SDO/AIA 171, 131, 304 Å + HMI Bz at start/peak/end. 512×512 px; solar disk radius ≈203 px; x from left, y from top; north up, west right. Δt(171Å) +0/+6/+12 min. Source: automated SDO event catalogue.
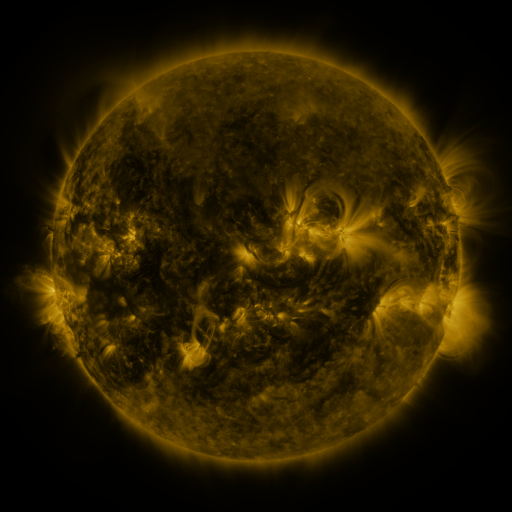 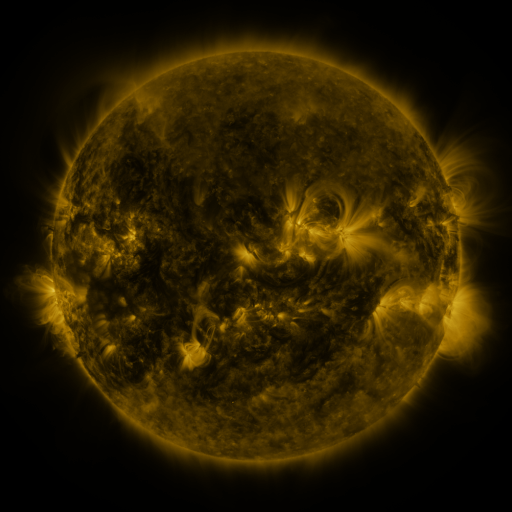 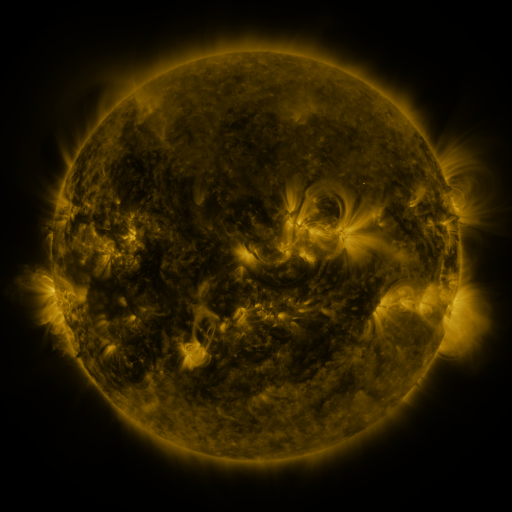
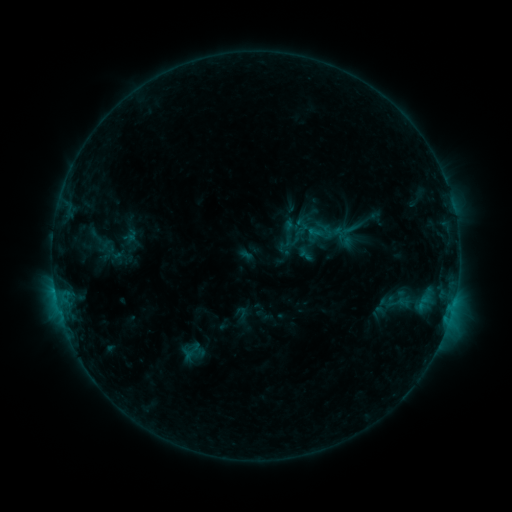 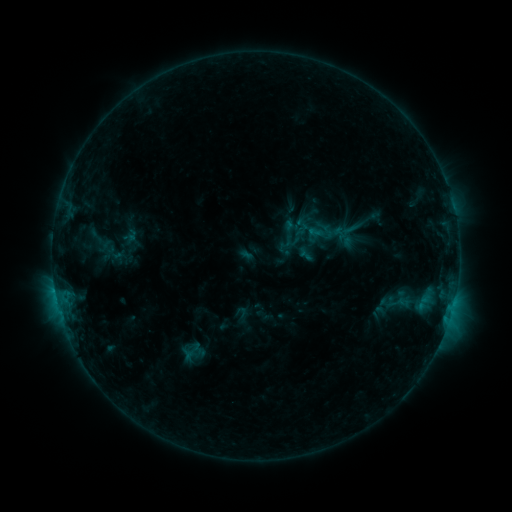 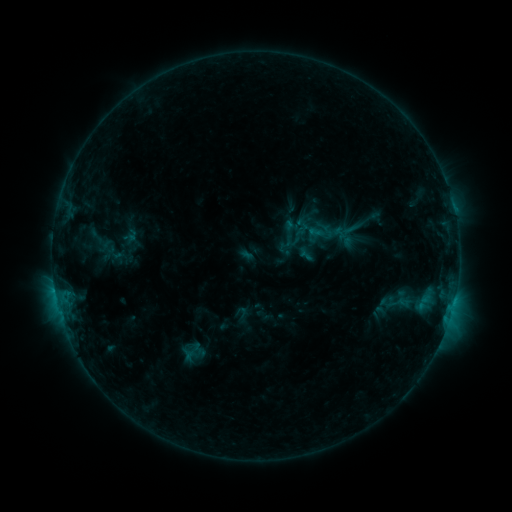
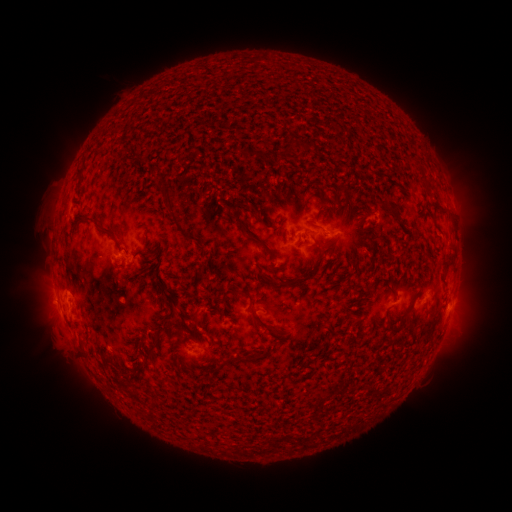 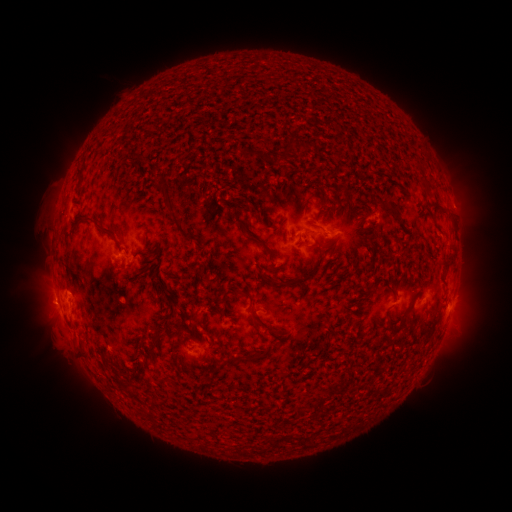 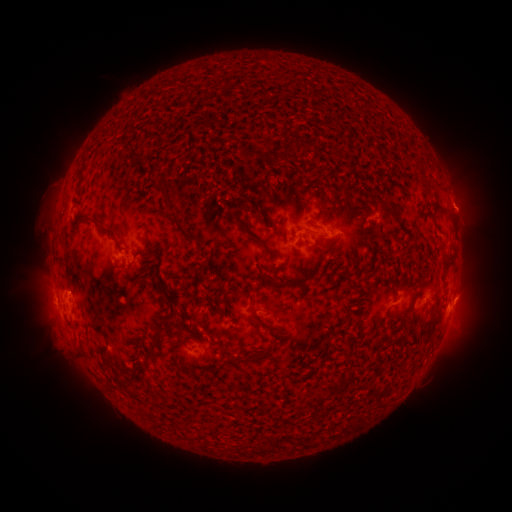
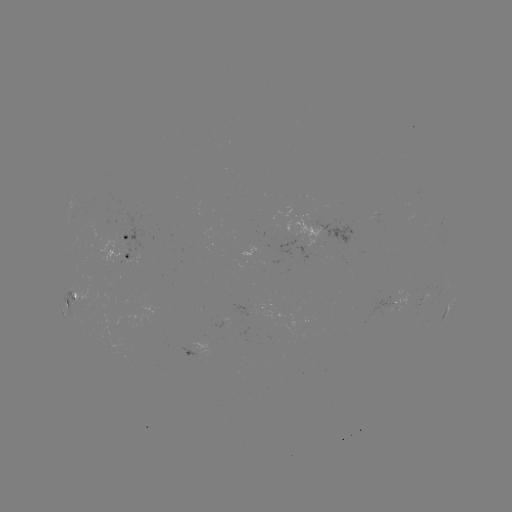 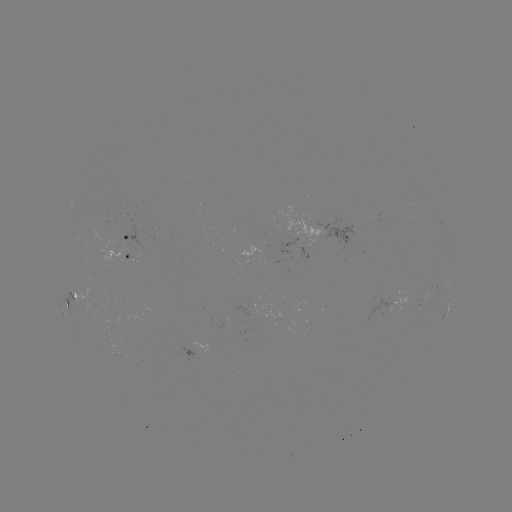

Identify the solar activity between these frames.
no flare in any classed list; no EUV-trigger detection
